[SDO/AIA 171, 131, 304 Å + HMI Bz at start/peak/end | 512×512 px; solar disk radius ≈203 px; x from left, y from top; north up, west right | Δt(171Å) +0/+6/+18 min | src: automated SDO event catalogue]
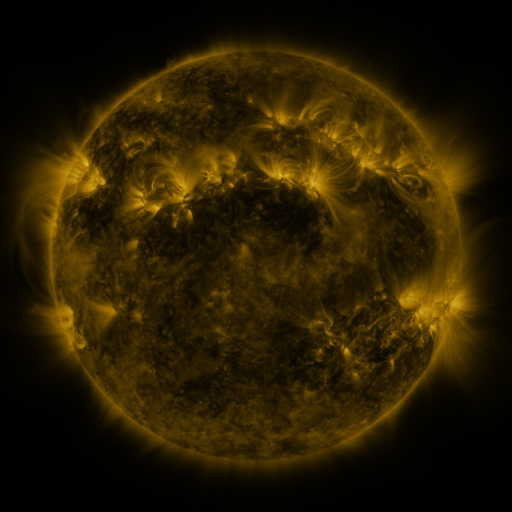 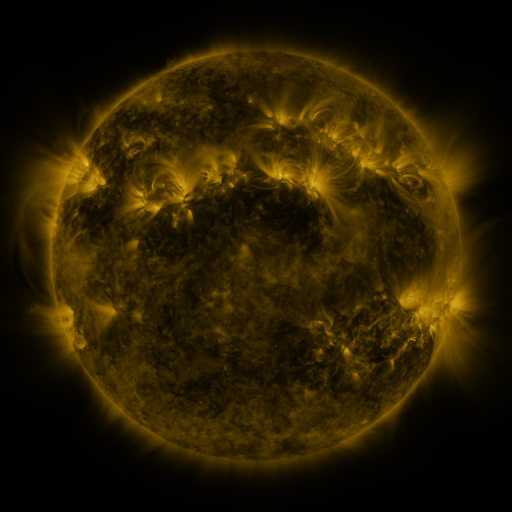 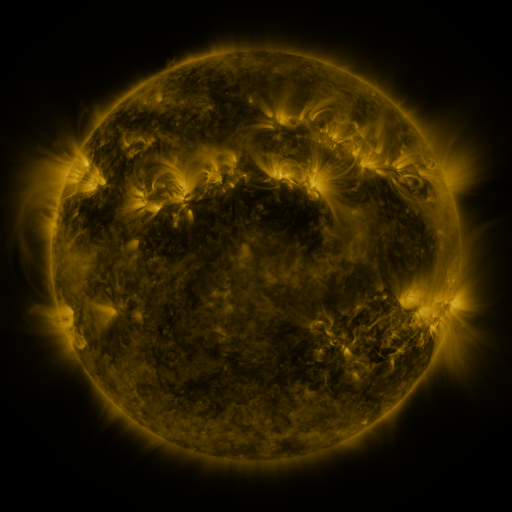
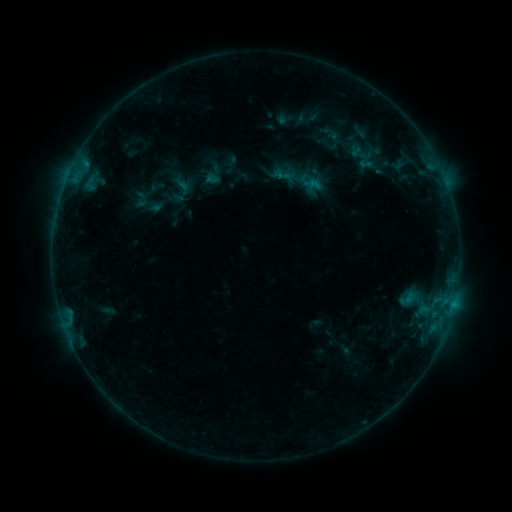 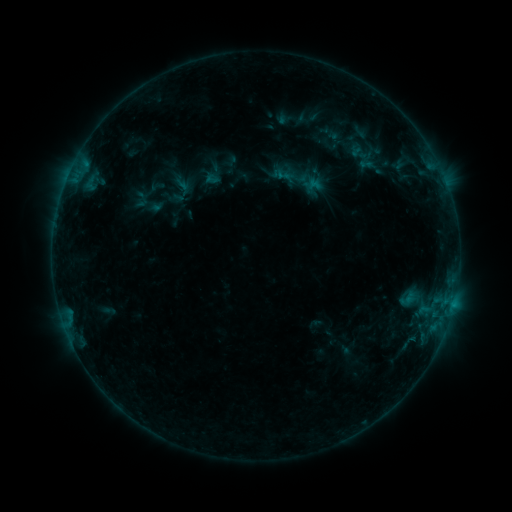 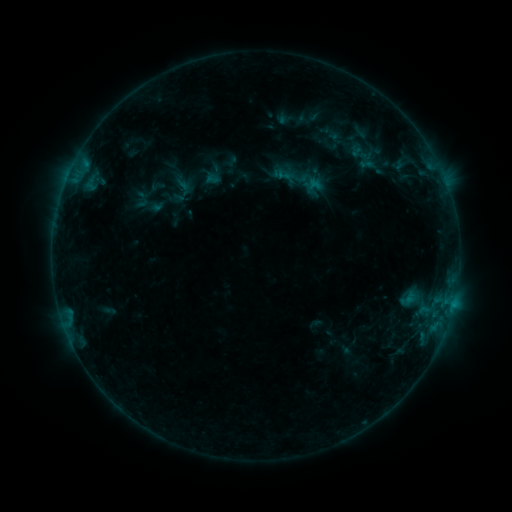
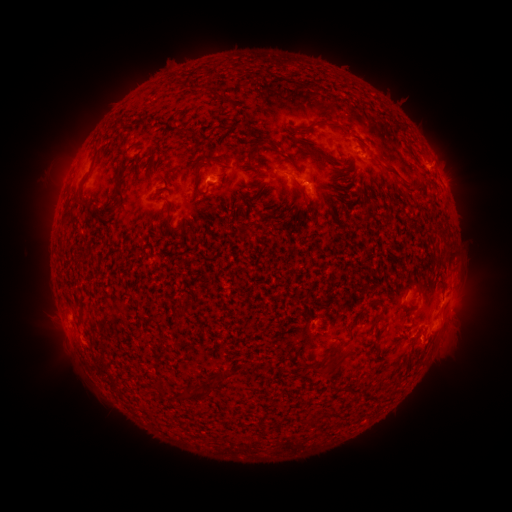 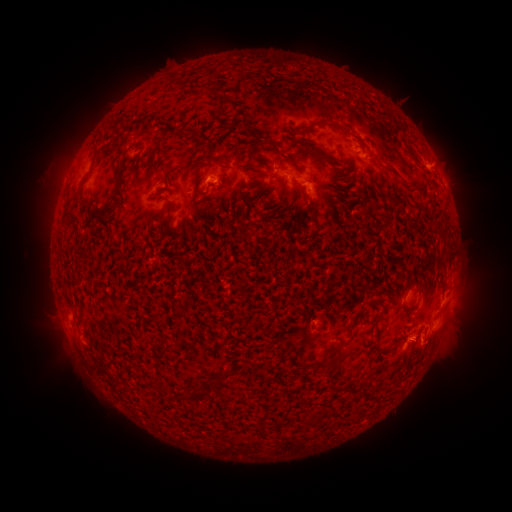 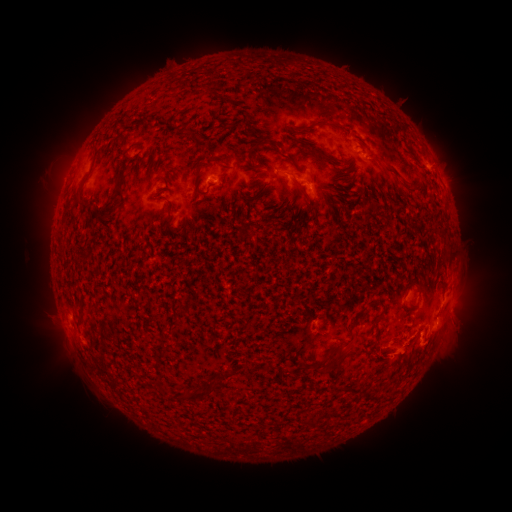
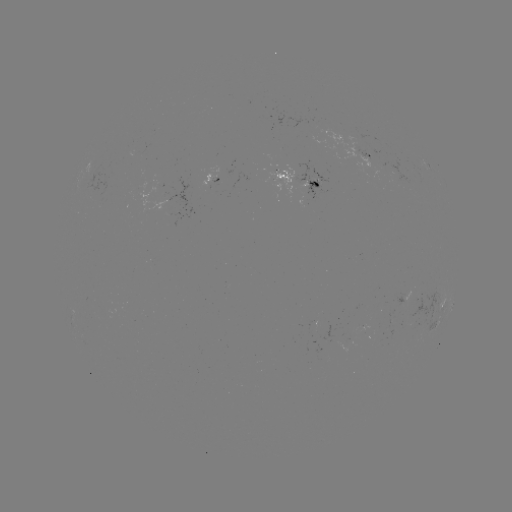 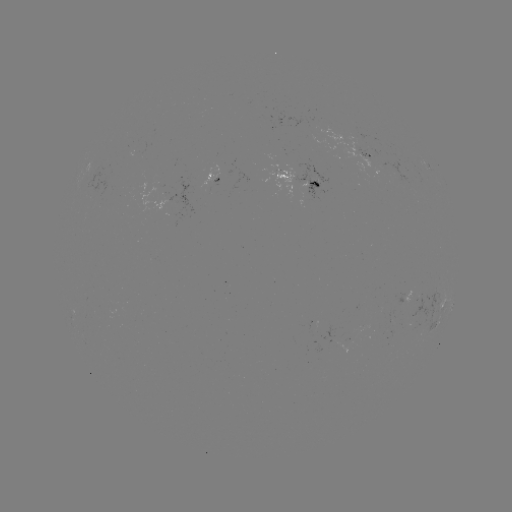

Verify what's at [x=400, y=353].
eruption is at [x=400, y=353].